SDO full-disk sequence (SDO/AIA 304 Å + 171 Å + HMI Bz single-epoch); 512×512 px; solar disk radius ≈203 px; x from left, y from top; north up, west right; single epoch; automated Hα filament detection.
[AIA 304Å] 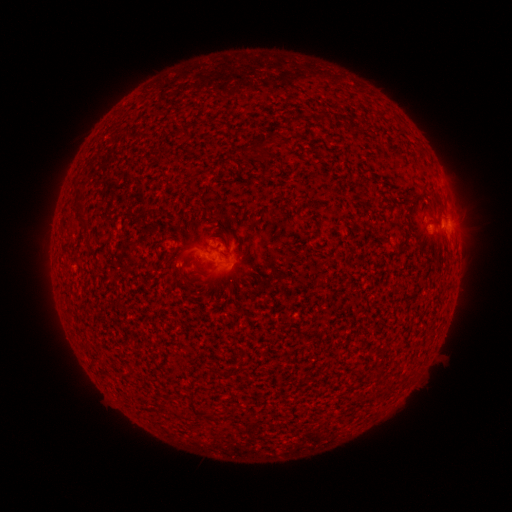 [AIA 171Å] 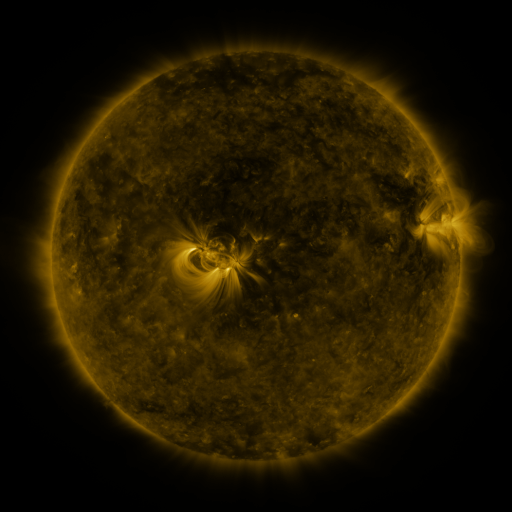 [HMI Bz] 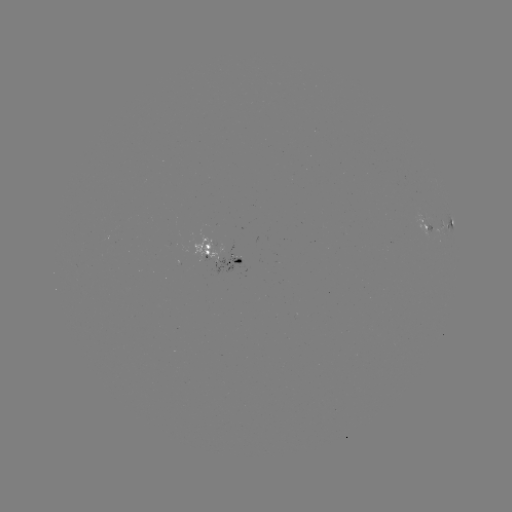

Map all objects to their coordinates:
filament: (158, 79, 170, 136)
filament: (151, 85, 158, 143)
filament: (135, 91, 148, 159)
filament: (317, 113, 324, 122)
filament: (247, 134, 270, 152)
filament: (74, 201, 89, 227)
filament: (214, 213, 224, 223)
filament: (233, 258, 243, 265)
filament: (135, 352, 157, 426)
filament: (158, 377, 172, 432)
filament: (202, 409, 211, 418)
